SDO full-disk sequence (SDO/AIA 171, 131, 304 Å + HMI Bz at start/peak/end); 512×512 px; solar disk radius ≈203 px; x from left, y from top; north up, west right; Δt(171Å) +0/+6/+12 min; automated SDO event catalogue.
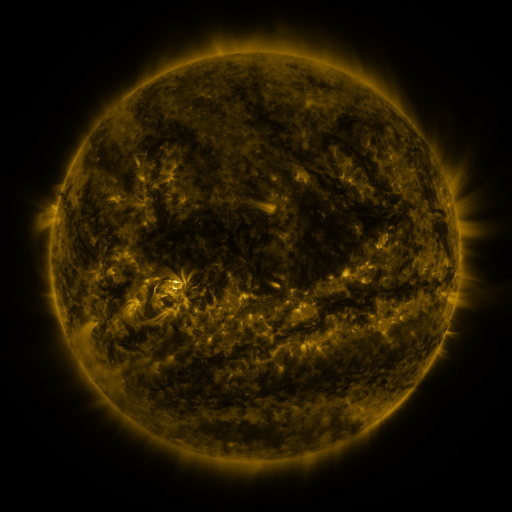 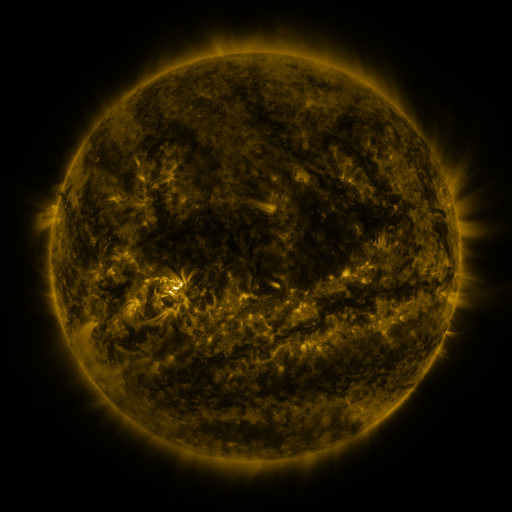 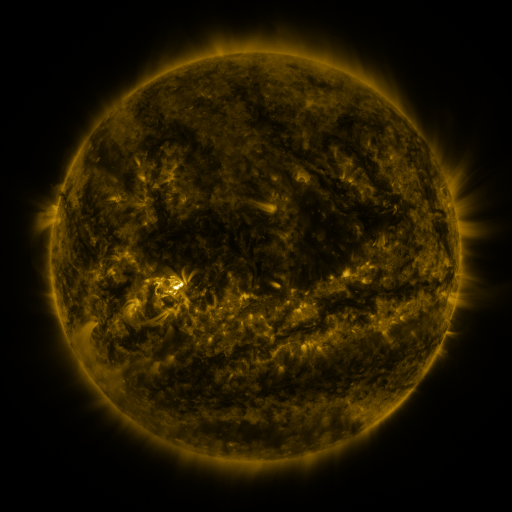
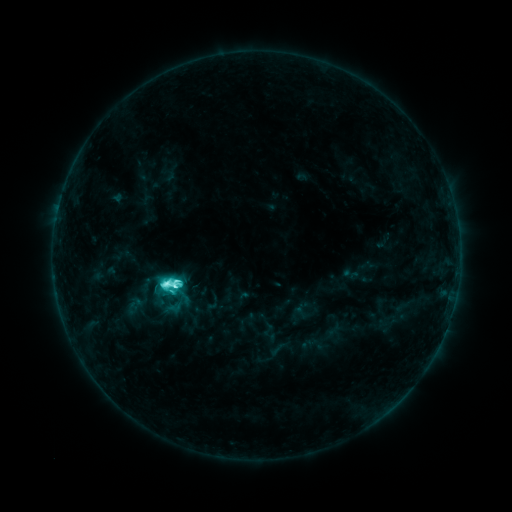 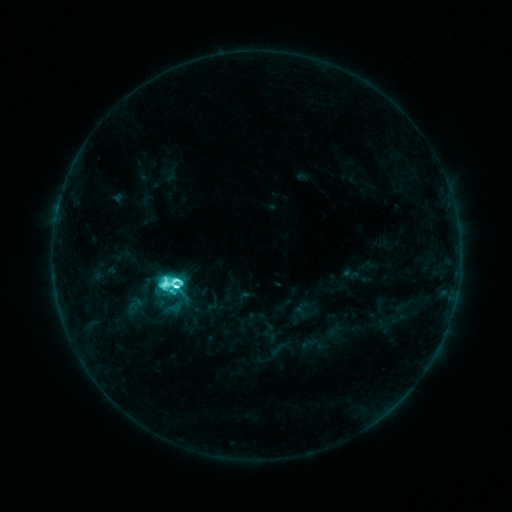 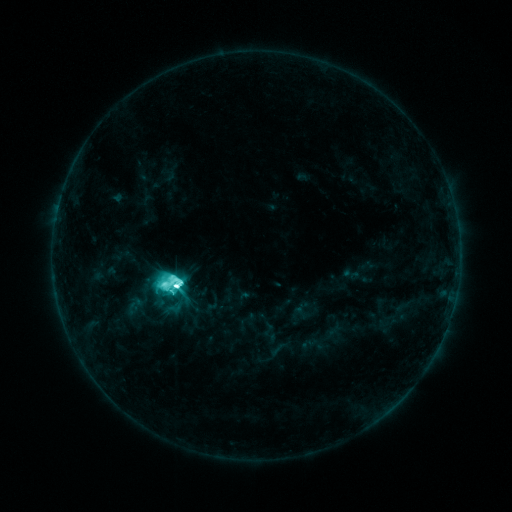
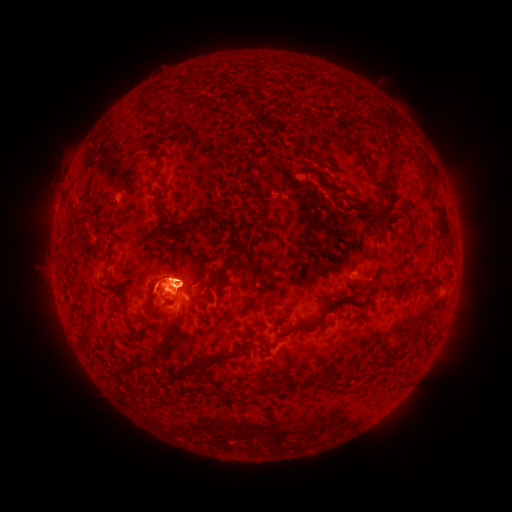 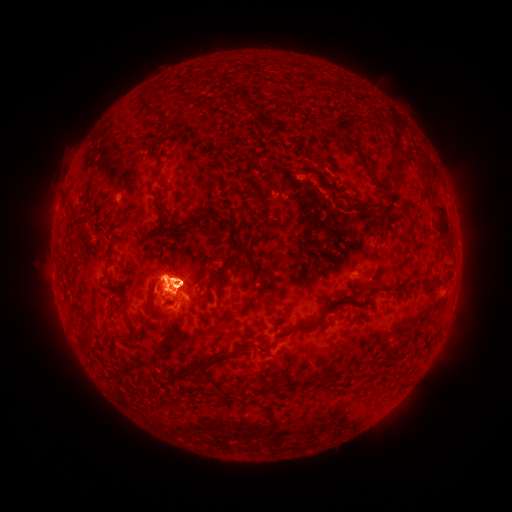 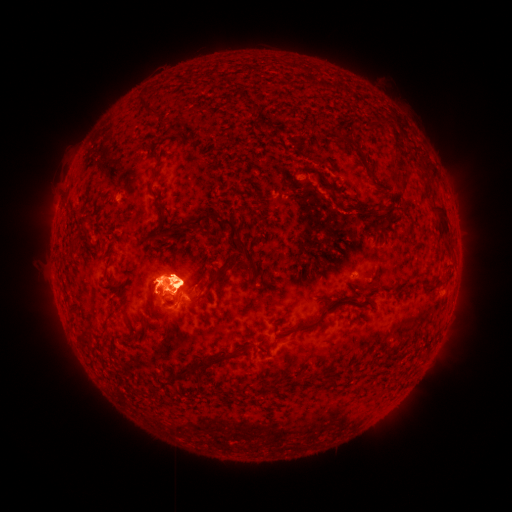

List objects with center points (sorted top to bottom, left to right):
M2.6 flare: (179, 285)
